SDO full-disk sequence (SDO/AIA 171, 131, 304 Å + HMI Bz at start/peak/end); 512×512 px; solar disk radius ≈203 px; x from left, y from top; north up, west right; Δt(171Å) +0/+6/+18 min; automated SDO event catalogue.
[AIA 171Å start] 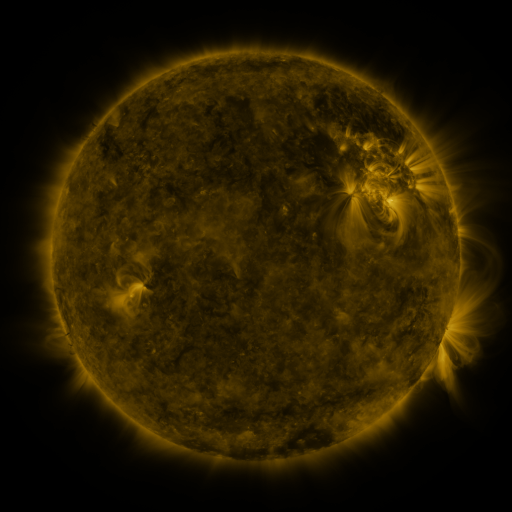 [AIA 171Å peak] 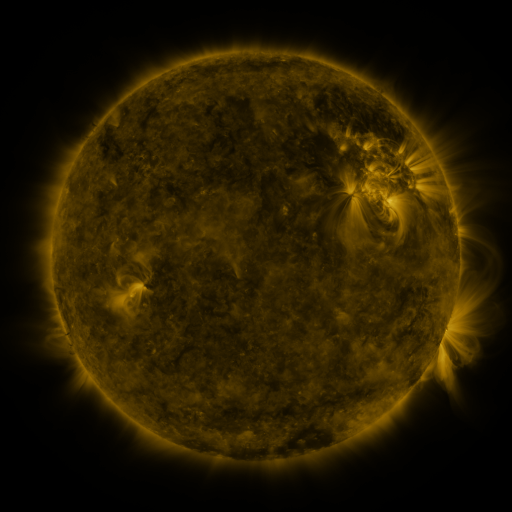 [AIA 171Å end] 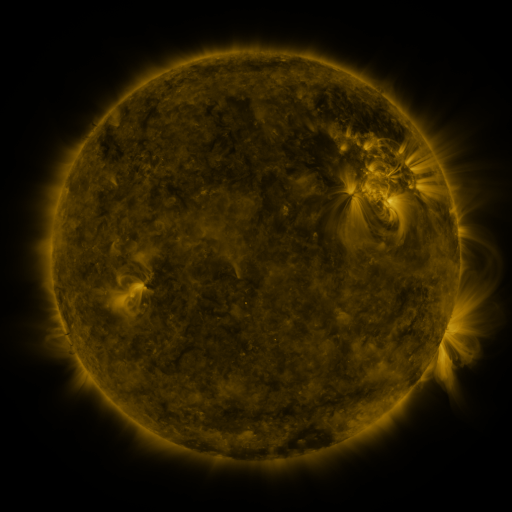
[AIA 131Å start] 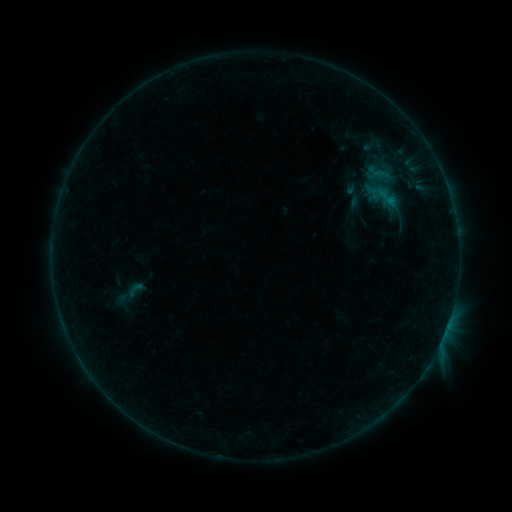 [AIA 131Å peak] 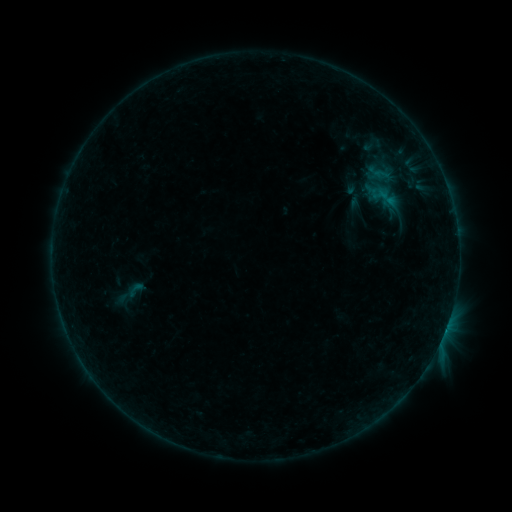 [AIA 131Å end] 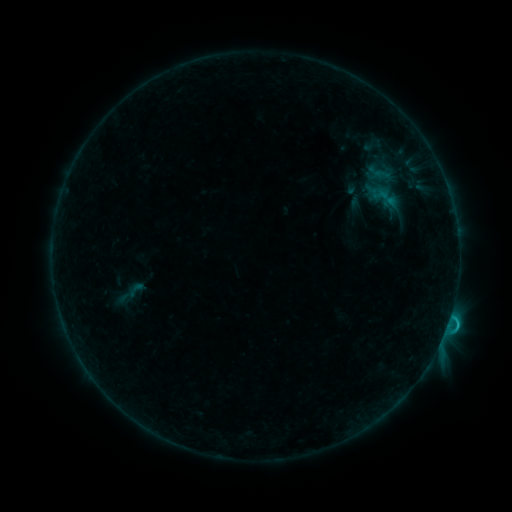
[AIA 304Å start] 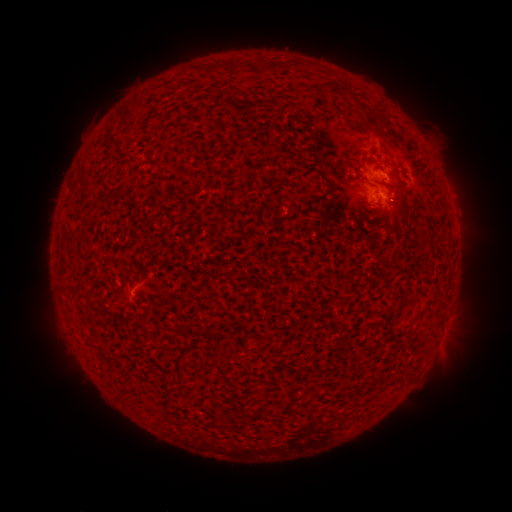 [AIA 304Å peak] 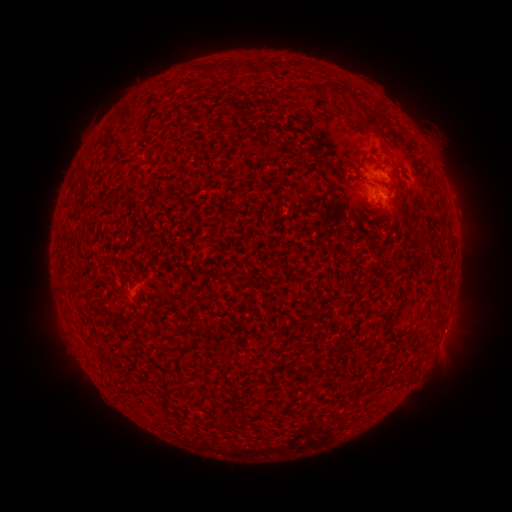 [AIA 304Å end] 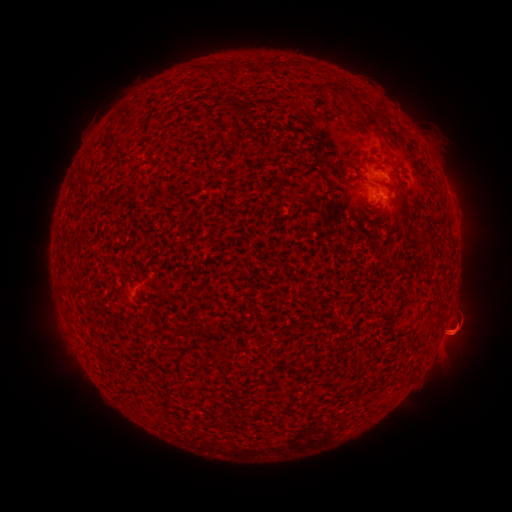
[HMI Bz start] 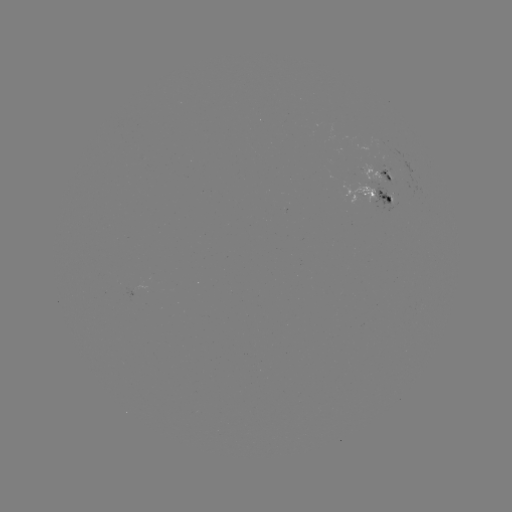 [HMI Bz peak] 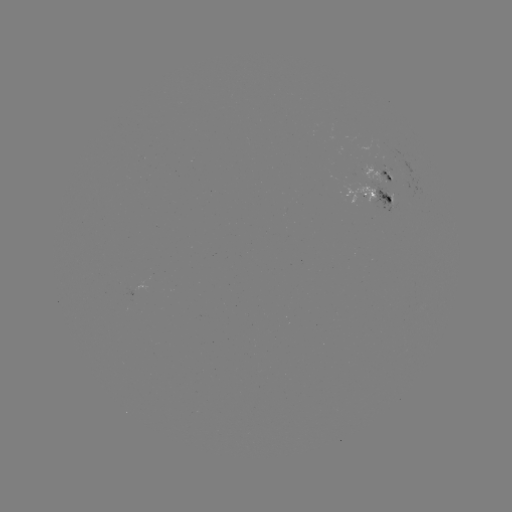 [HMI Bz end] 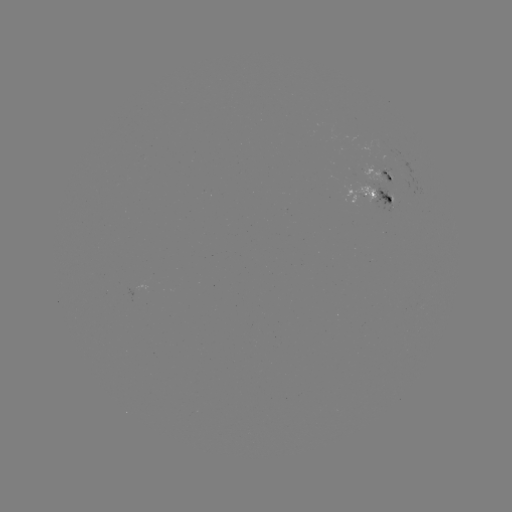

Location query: C1.5 flare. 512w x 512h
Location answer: (445, 327).